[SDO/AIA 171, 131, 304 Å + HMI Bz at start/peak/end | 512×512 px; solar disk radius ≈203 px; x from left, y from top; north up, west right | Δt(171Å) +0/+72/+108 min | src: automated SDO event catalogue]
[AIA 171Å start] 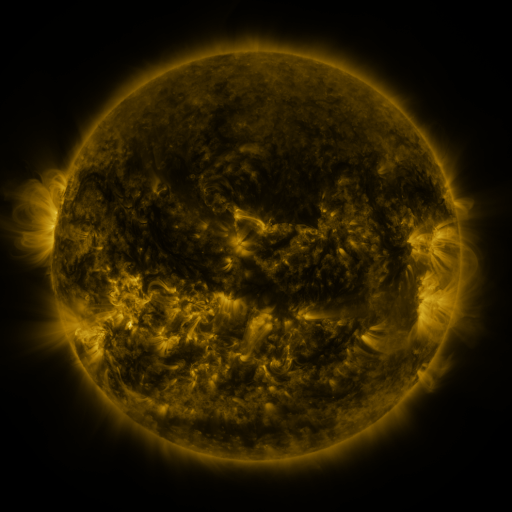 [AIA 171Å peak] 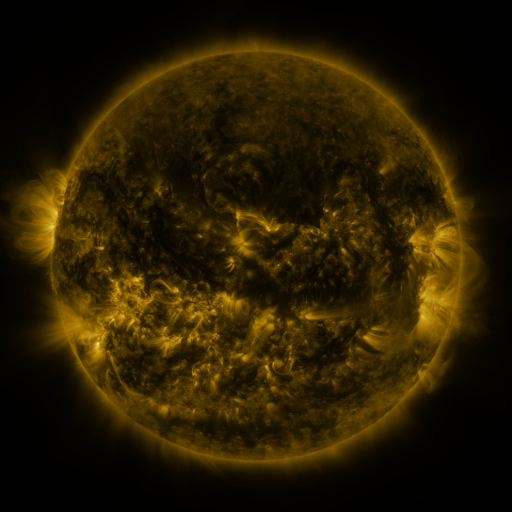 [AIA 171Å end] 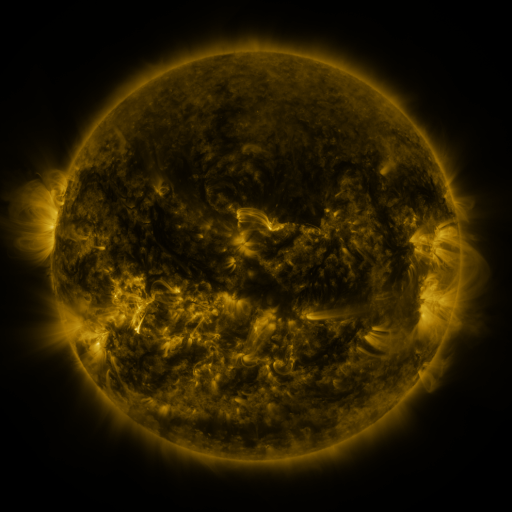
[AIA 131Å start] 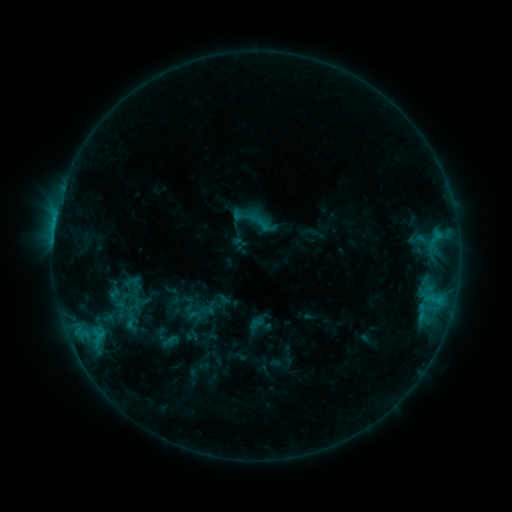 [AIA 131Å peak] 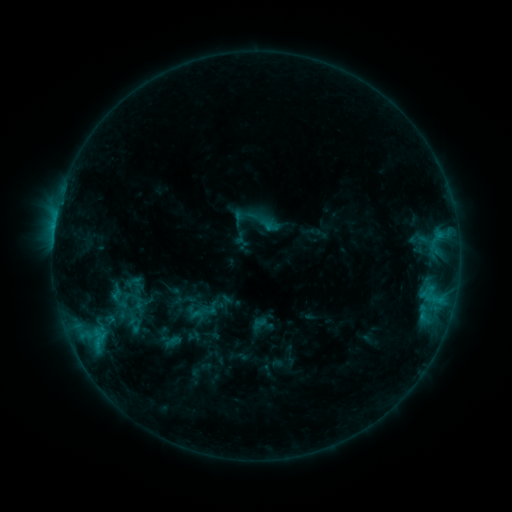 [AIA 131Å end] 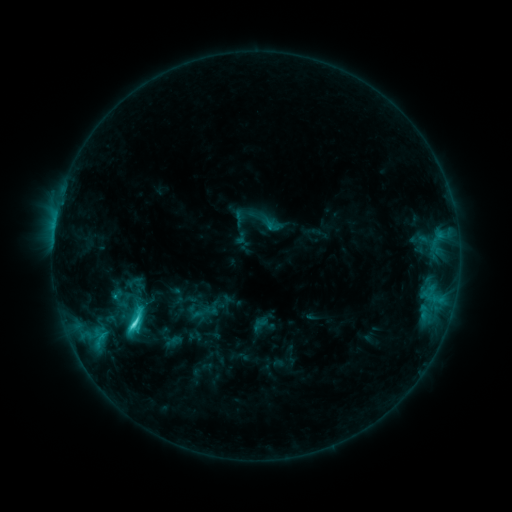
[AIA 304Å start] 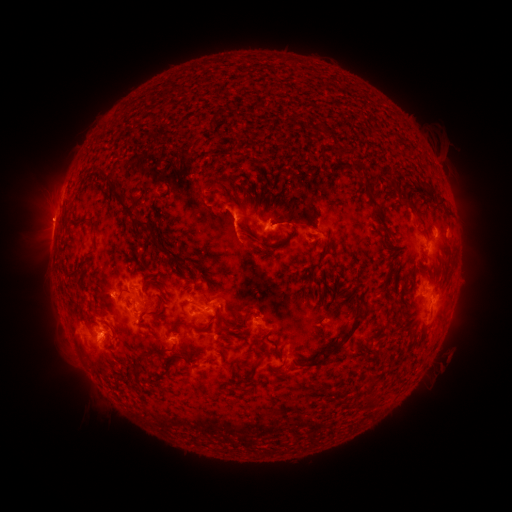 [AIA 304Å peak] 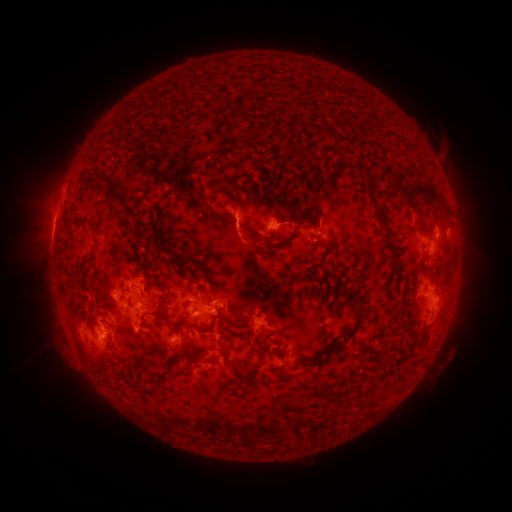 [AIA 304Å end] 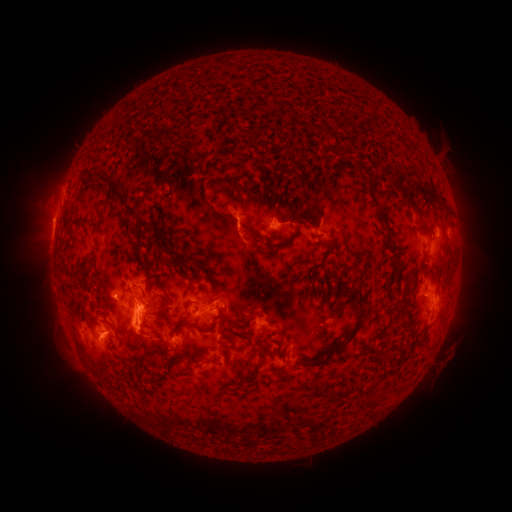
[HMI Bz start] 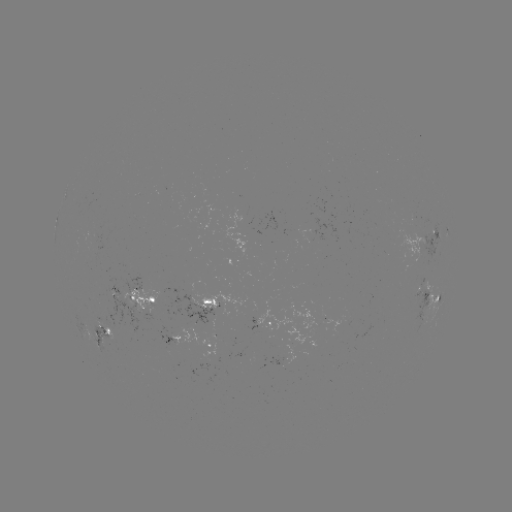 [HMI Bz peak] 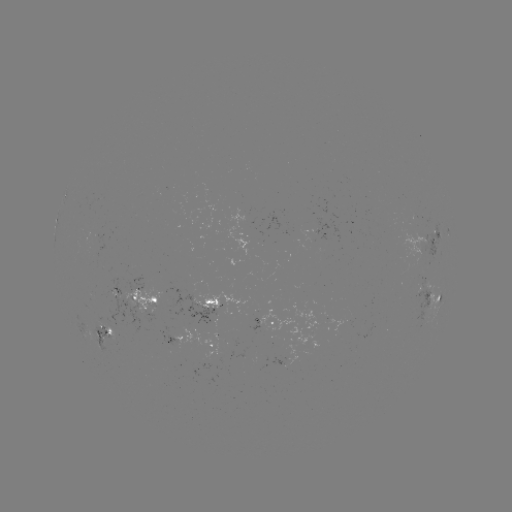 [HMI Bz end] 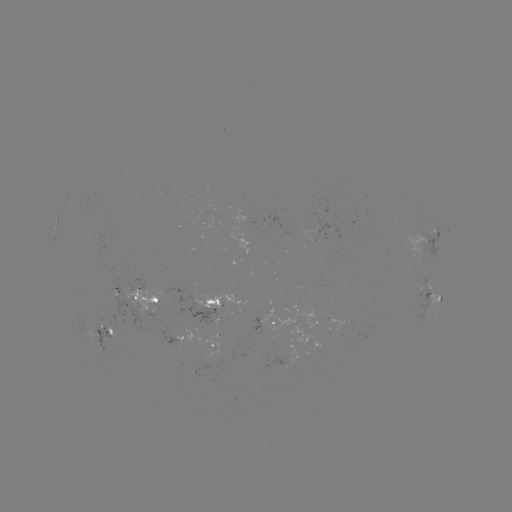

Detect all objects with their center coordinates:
emerging-flux region: (219, 302)
